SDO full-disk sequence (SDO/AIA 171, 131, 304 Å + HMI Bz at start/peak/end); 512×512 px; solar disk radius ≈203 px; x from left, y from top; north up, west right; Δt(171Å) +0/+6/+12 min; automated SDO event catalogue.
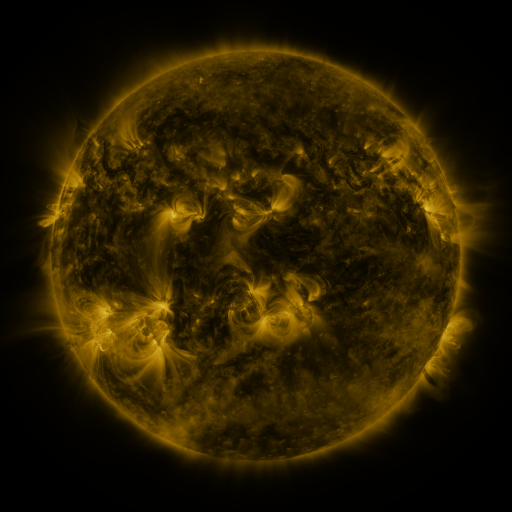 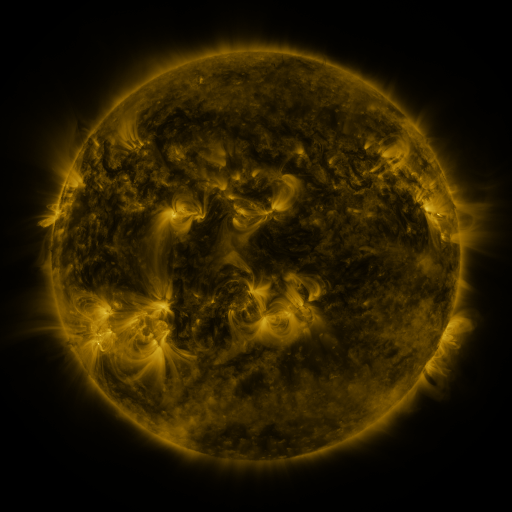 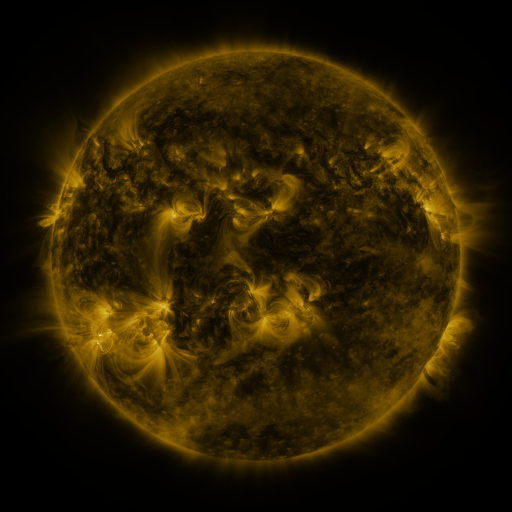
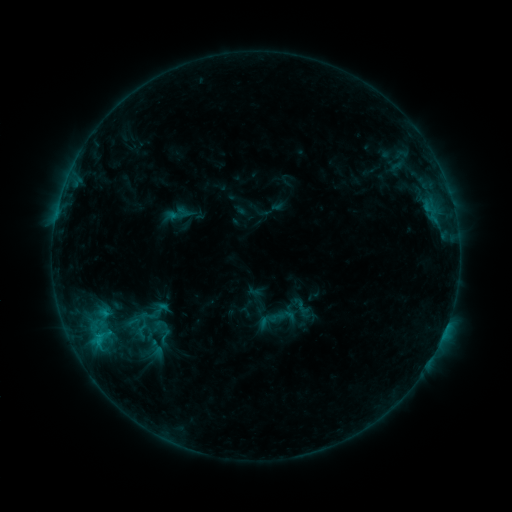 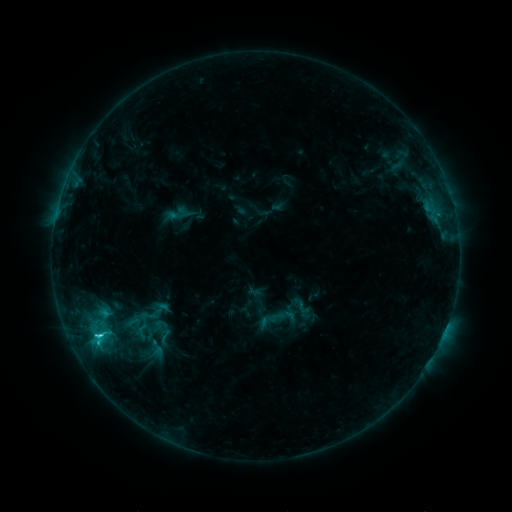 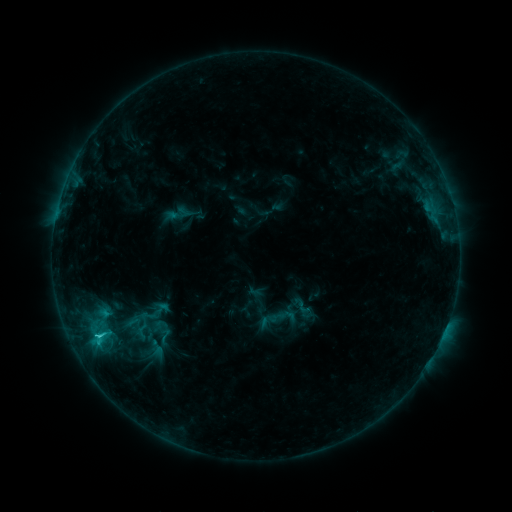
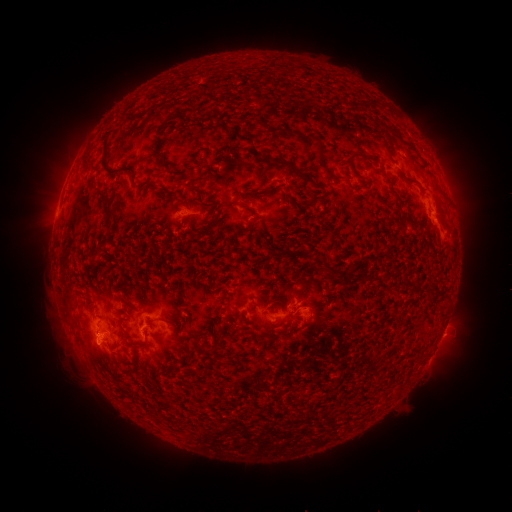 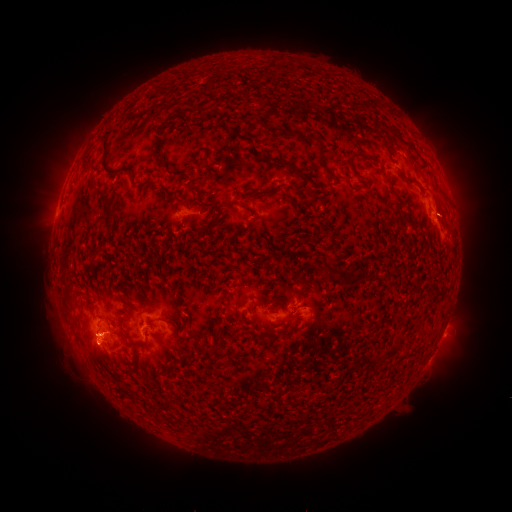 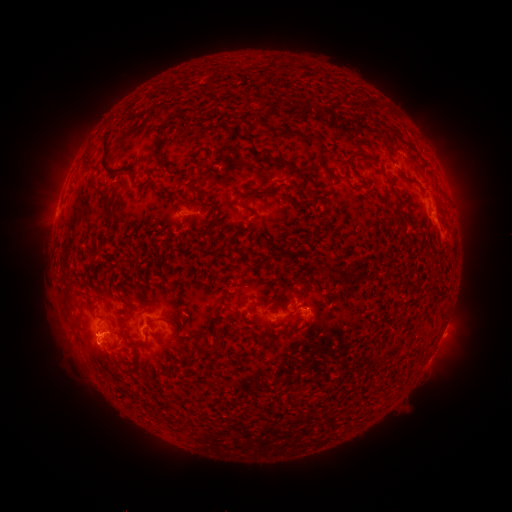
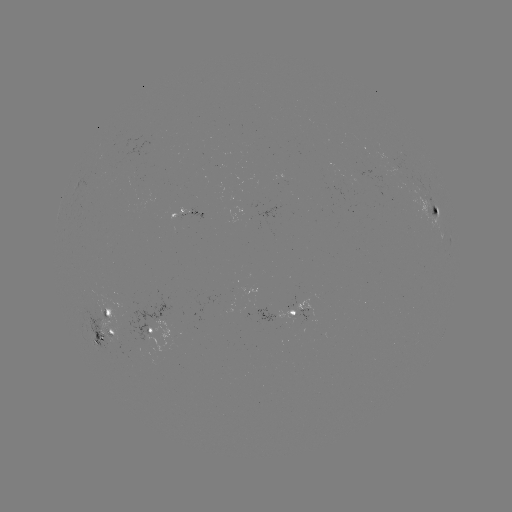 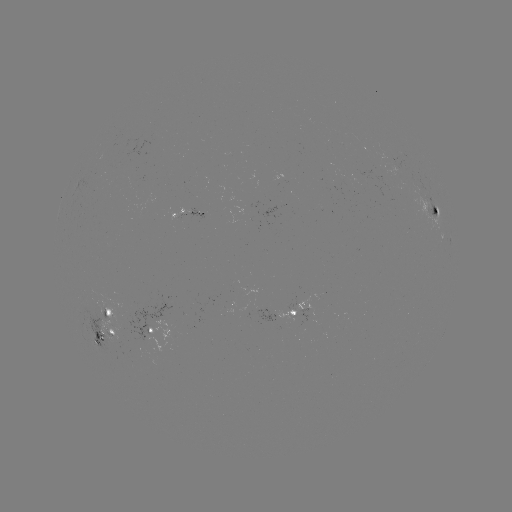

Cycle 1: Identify C1.8 flare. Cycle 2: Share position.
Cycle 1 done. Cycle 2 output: (99, 333).